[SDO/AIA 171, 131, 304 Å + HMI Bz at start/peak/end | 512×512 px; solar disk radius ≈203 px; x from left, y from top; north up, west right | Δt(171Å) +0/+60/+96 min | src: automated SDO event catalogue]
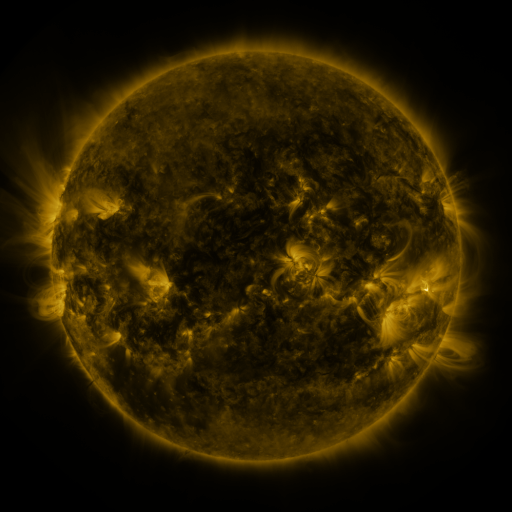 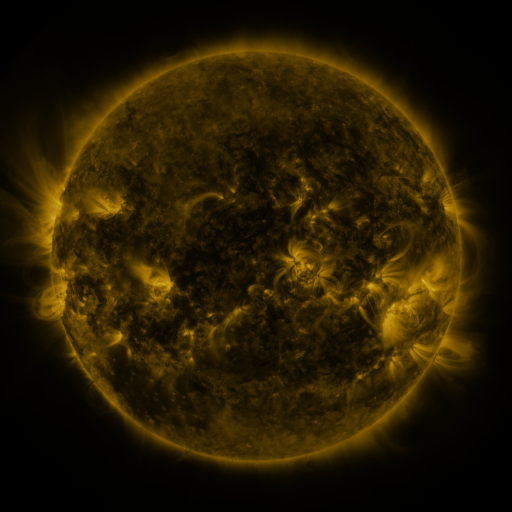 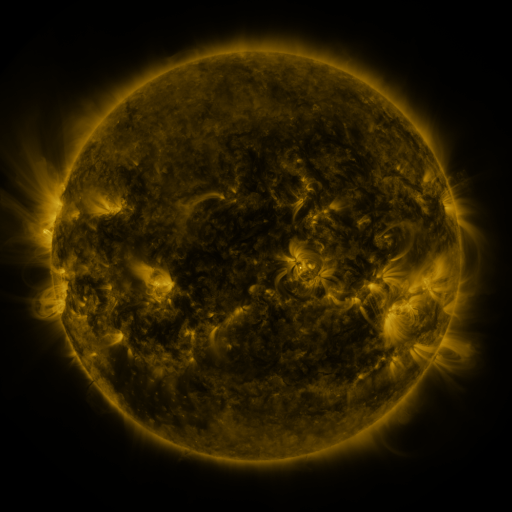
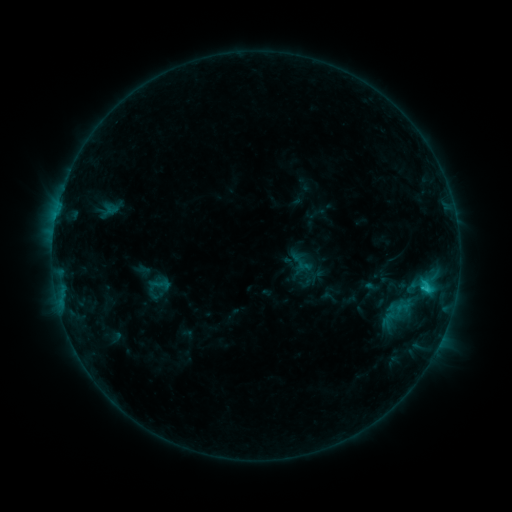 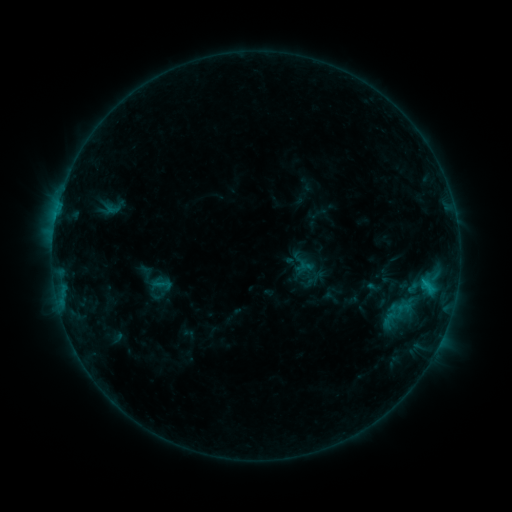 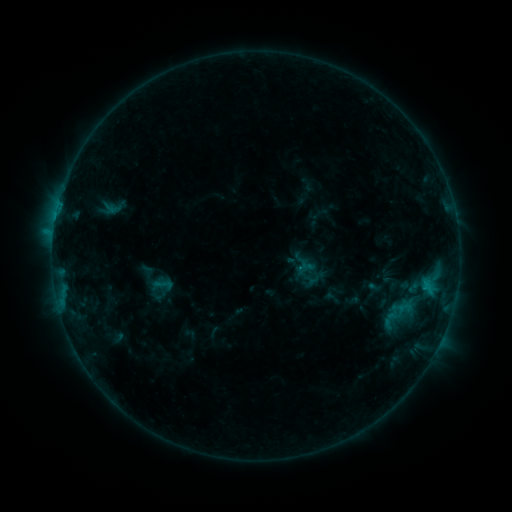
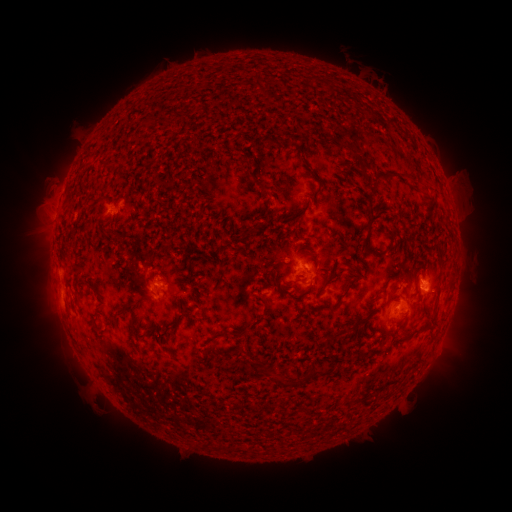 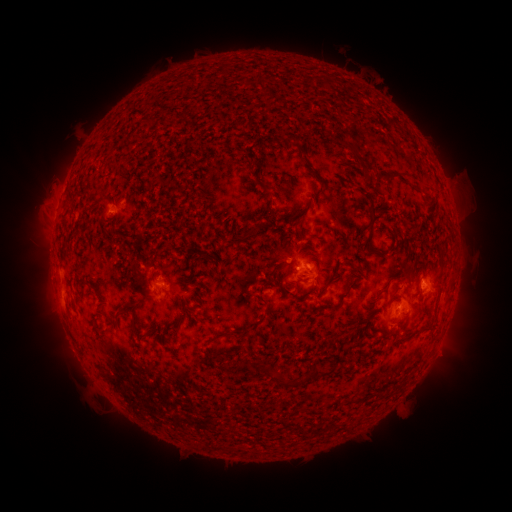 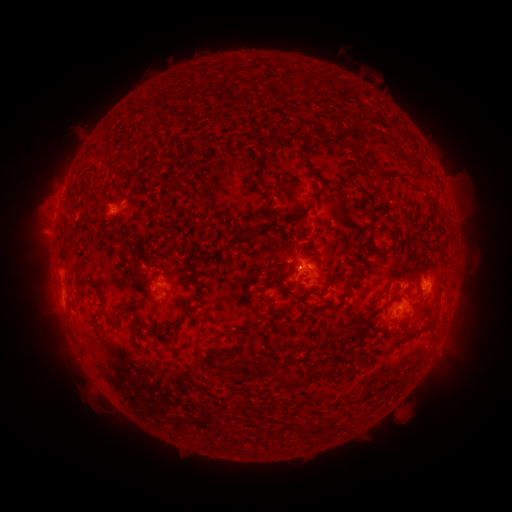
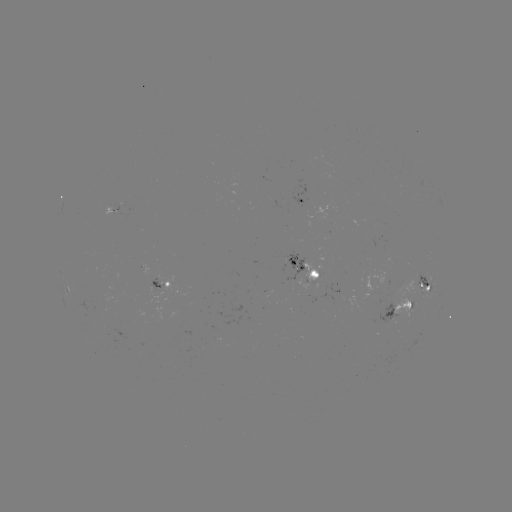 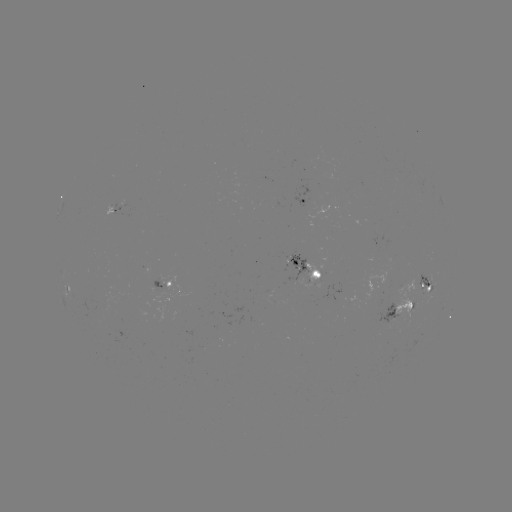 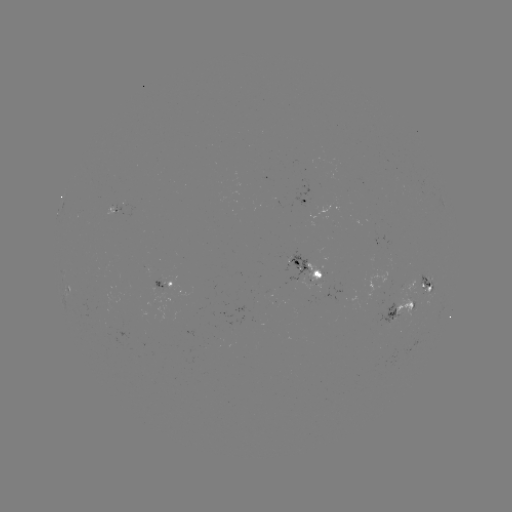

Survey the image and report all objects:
emerging-flux region: (371, 238)
